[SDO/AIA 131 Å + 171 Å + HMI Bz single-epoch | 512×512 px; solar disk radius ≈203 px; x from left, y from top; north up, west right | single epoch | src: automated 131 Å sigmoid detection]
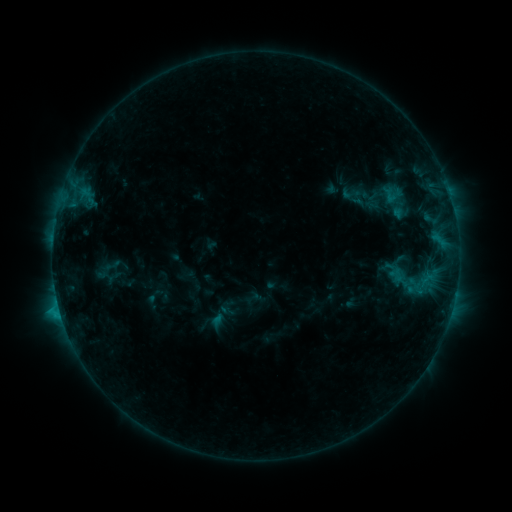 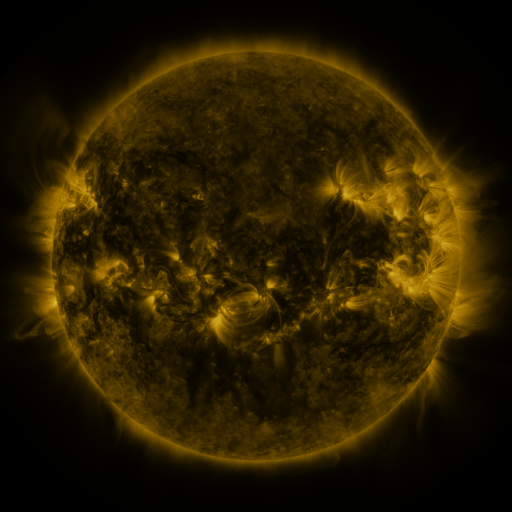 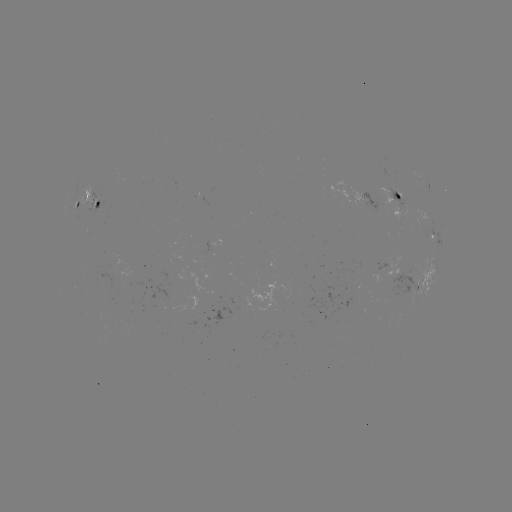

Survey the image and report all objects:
sigmoid: (351, 194)
